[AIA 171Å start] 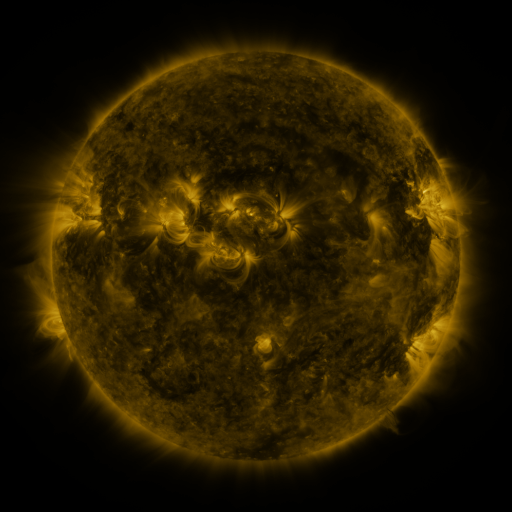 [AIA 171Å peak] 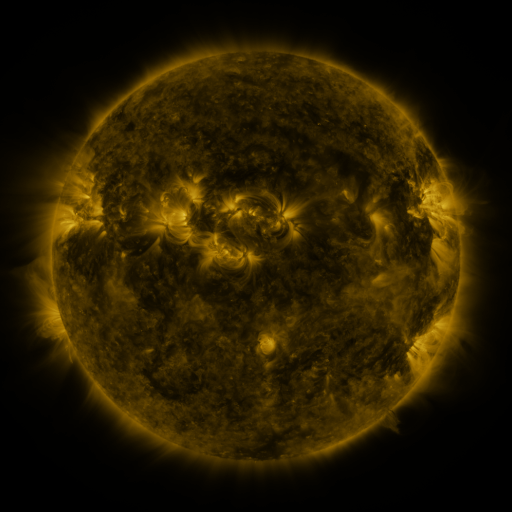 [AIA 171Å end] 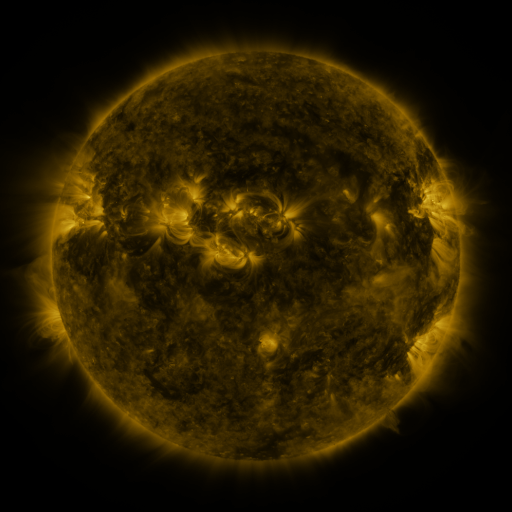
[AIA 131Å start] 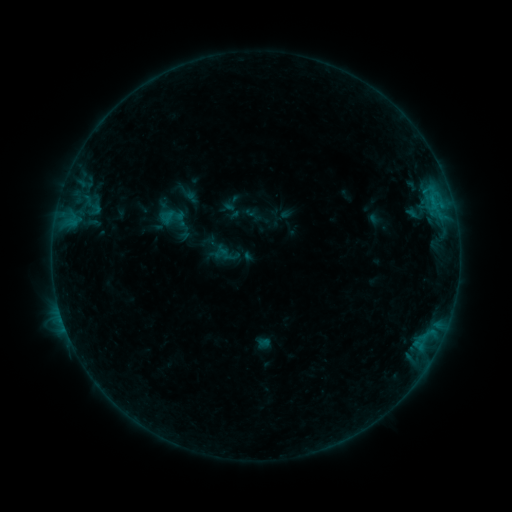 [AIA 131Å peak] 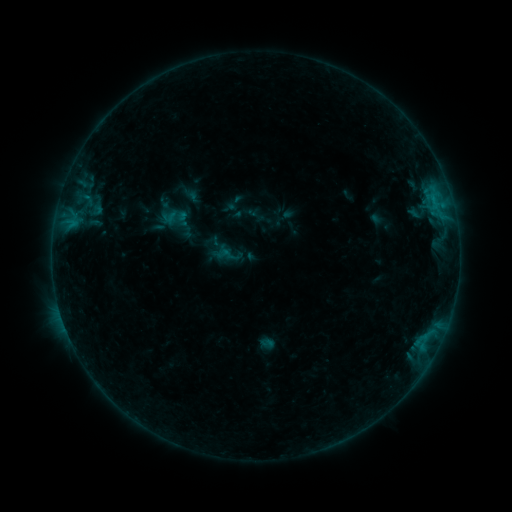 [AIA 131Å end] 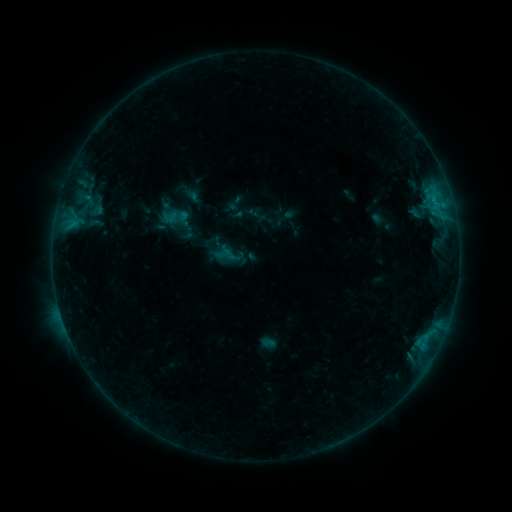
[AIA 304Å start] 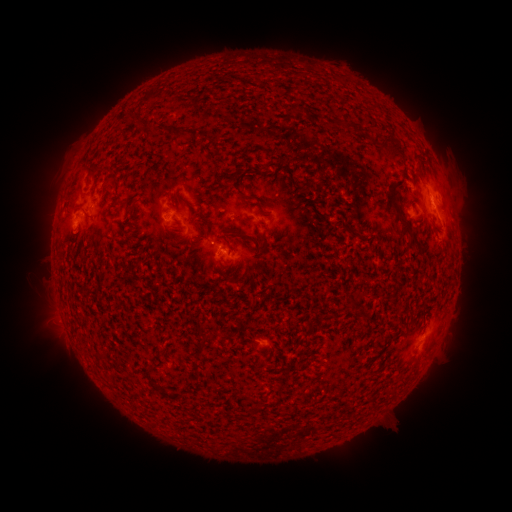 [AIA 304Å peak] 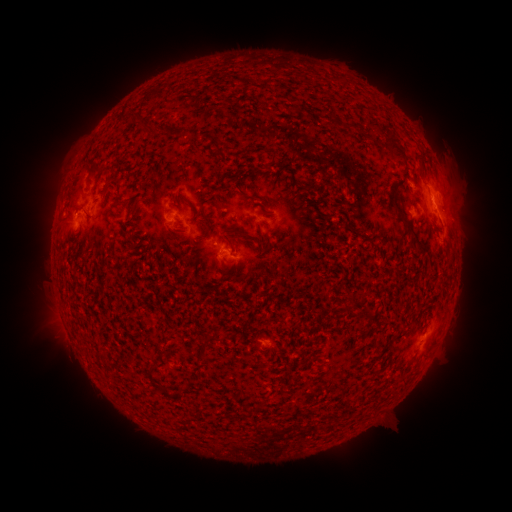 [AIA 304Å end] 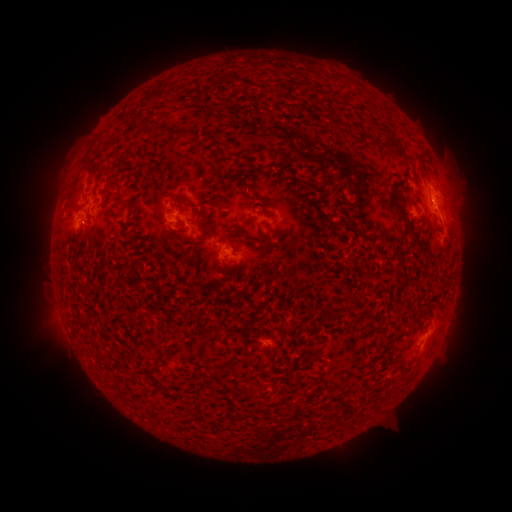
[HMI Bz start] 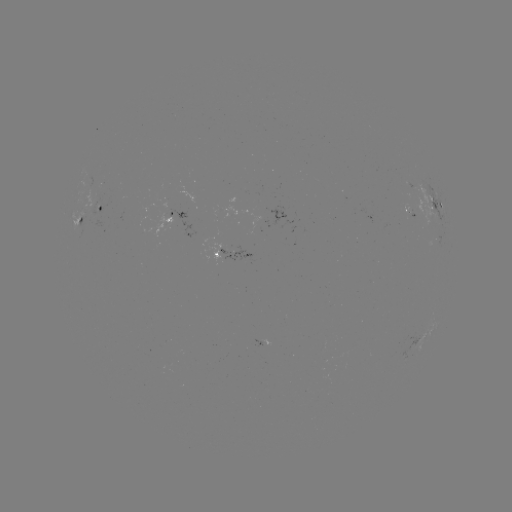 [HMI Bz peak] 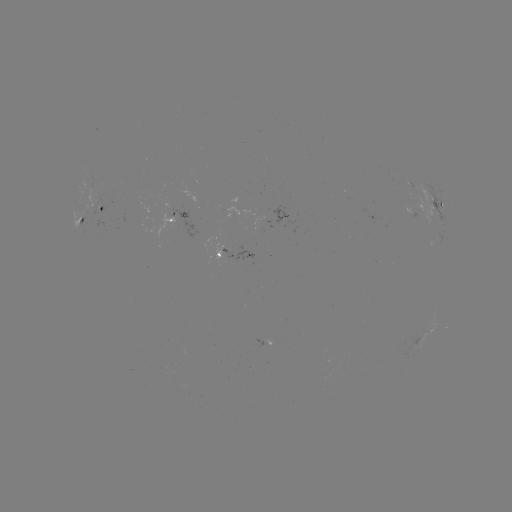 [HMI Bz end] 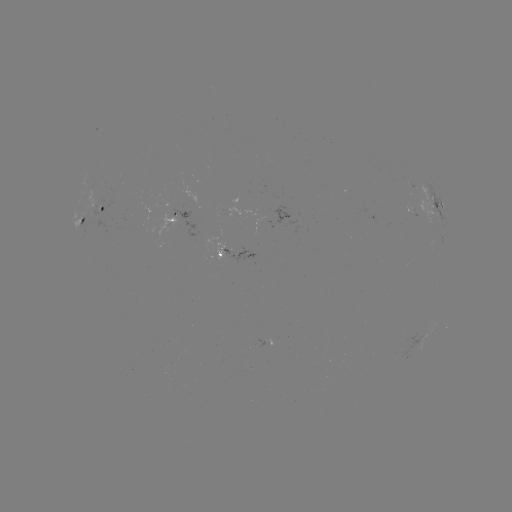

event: emerging-flux region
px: (92, 211)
